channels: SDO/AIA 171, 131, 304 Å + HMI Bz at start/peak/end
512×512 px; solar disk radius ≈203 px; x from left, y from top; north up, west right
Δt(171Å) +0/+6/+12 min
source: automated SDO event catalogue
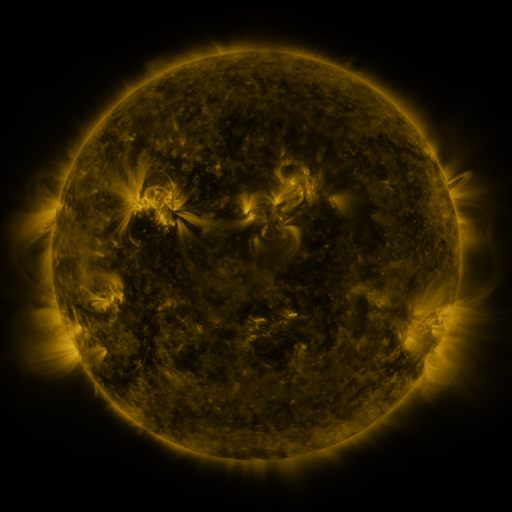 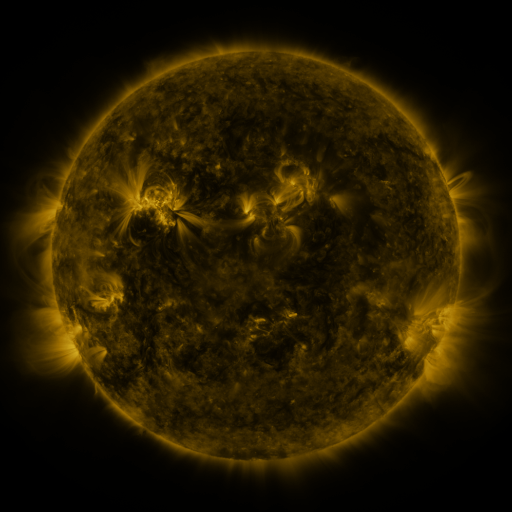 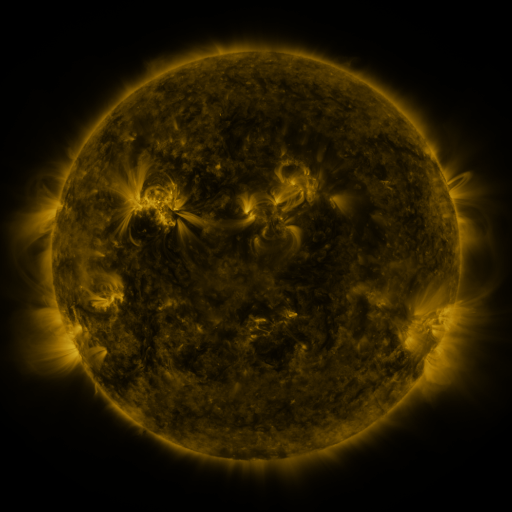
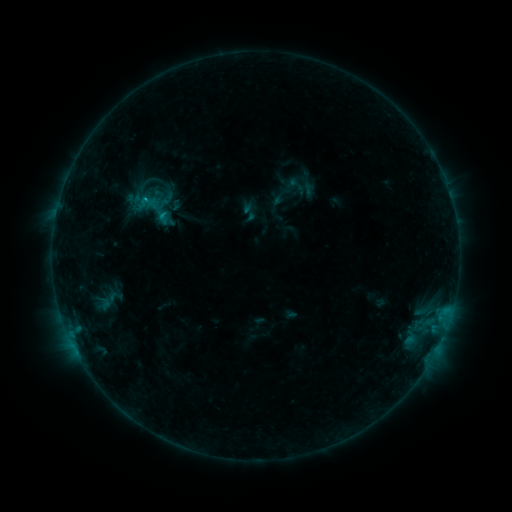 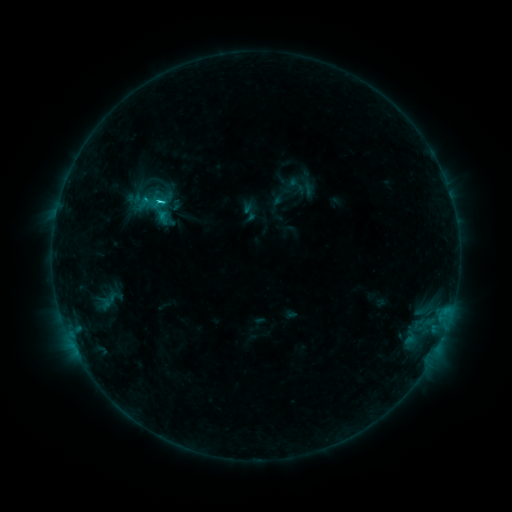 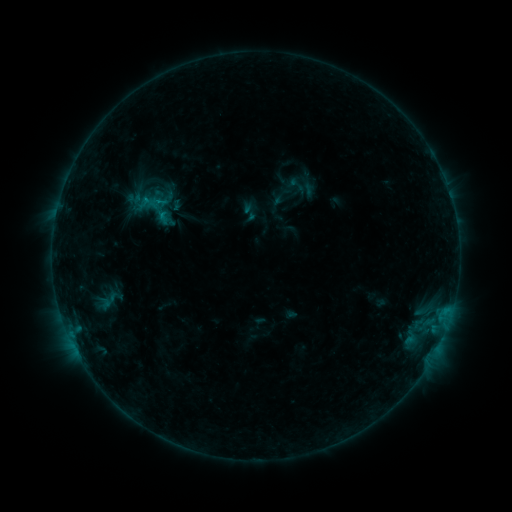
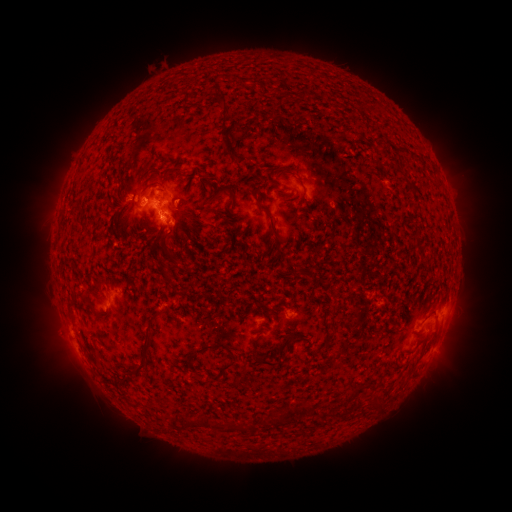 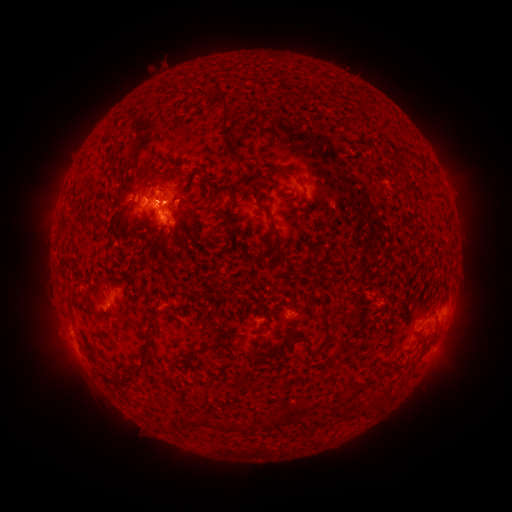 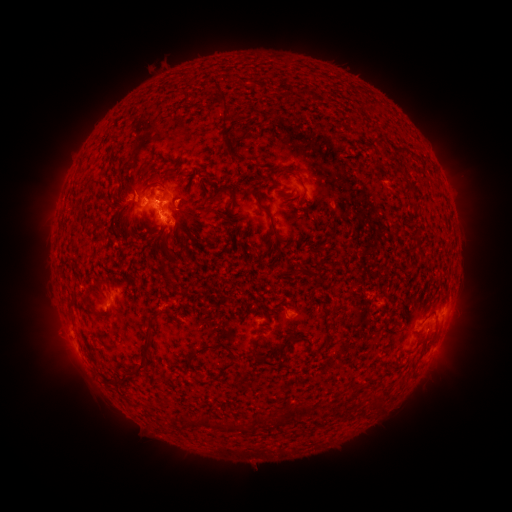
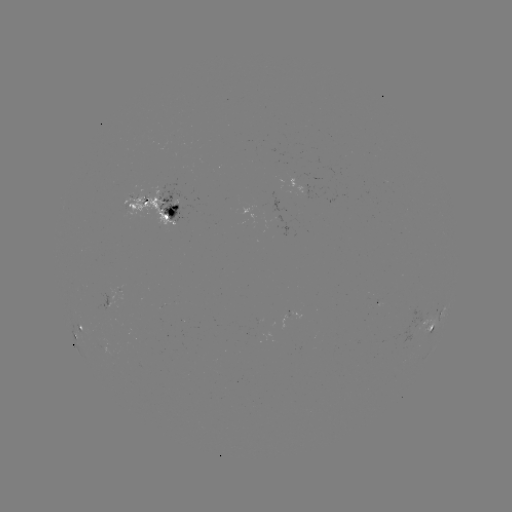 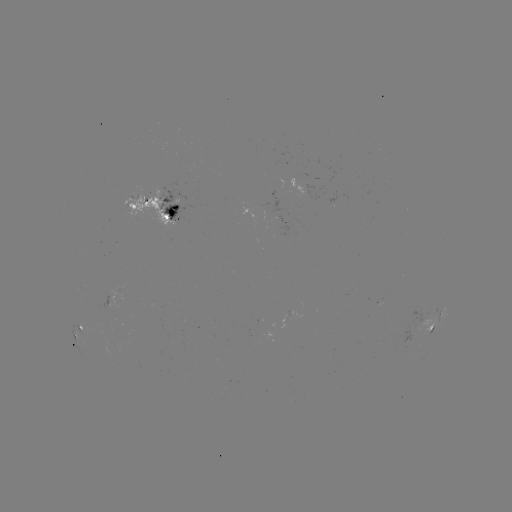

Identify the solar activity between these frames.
C1.3 flare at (161, 217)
